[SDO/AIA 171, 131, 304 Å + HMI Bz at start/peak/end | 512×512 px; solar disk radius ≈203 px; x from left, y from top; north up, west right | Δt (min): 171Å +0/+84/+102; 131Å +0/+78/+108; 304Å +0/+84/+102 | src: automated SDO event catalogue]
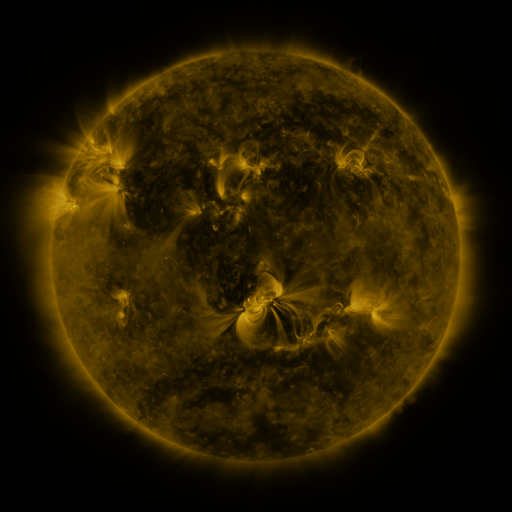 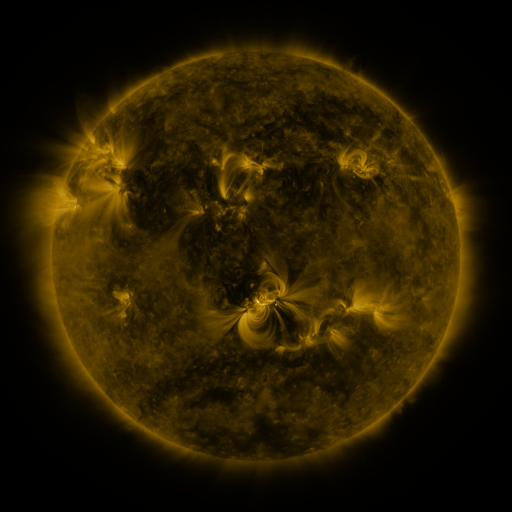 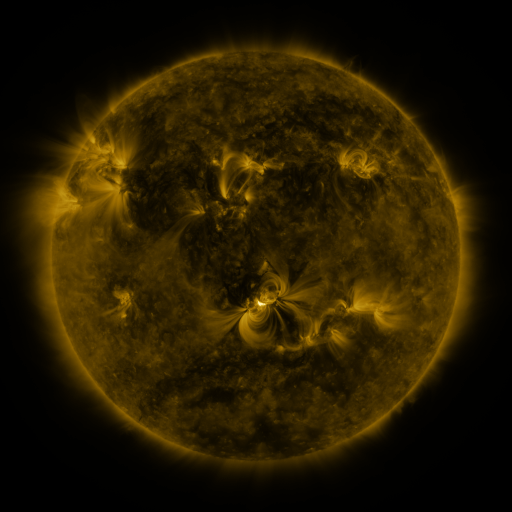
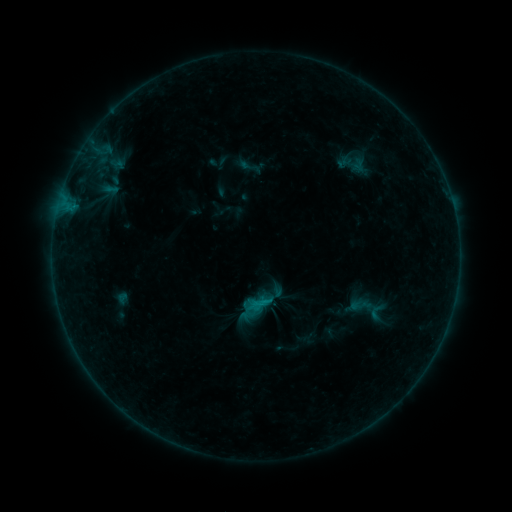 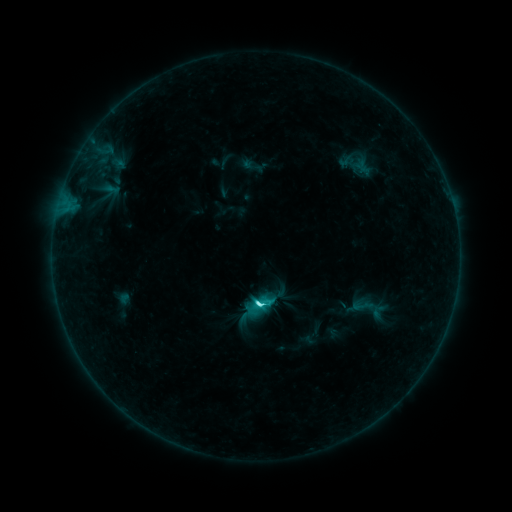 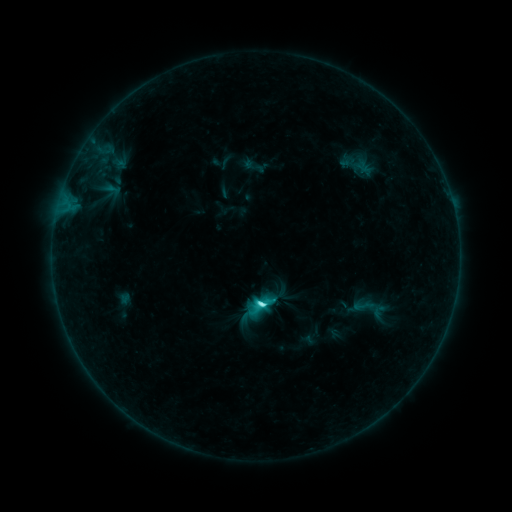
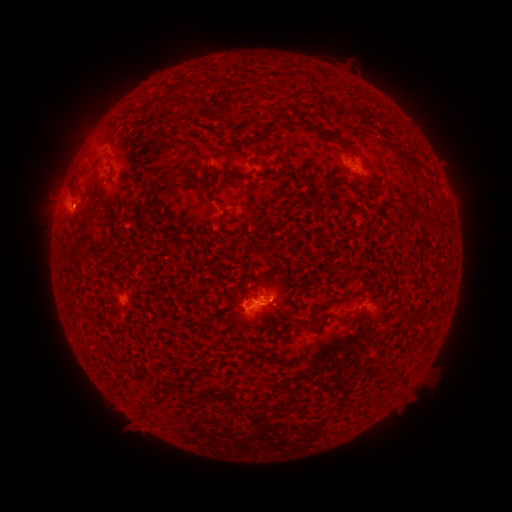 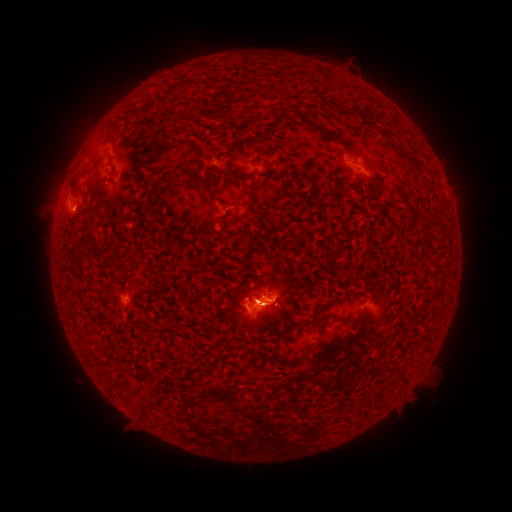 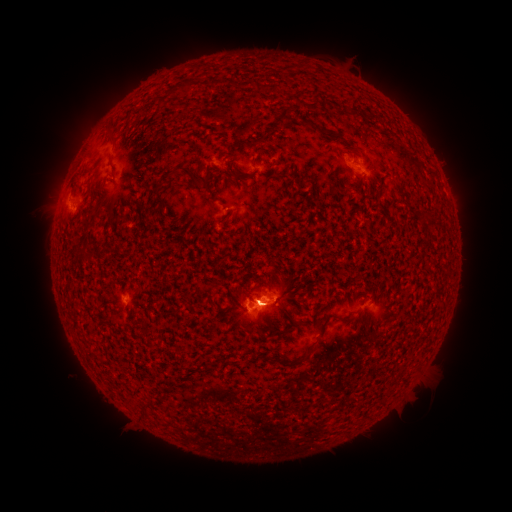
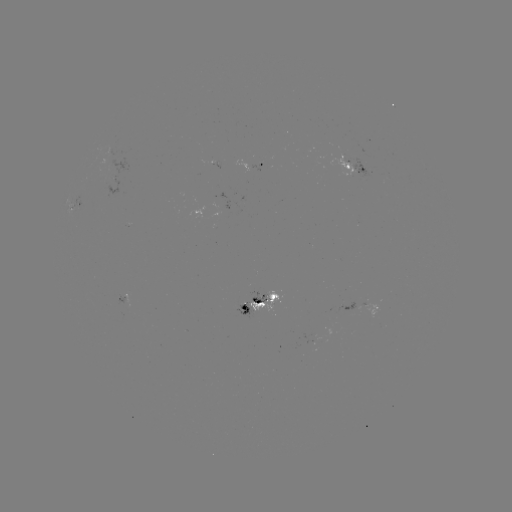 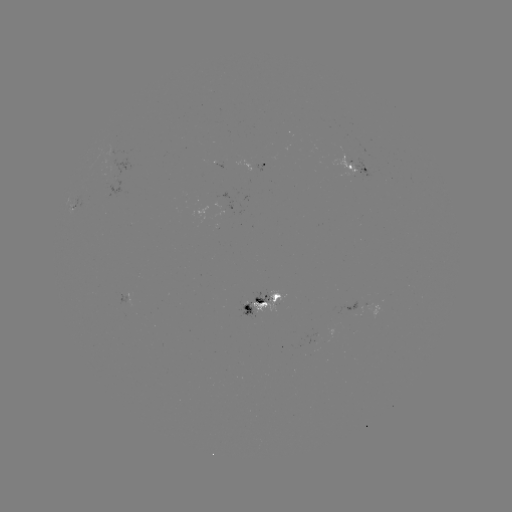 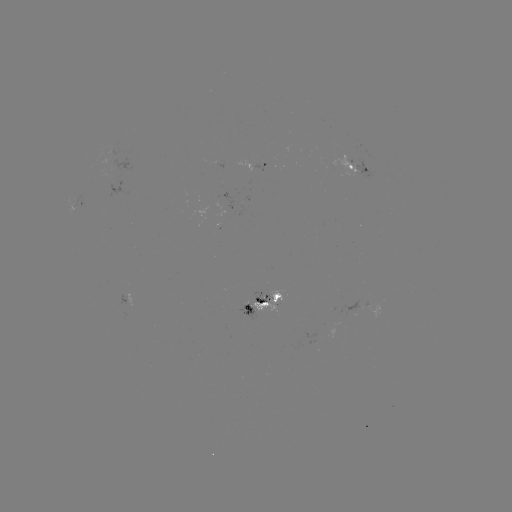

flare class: C7.1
